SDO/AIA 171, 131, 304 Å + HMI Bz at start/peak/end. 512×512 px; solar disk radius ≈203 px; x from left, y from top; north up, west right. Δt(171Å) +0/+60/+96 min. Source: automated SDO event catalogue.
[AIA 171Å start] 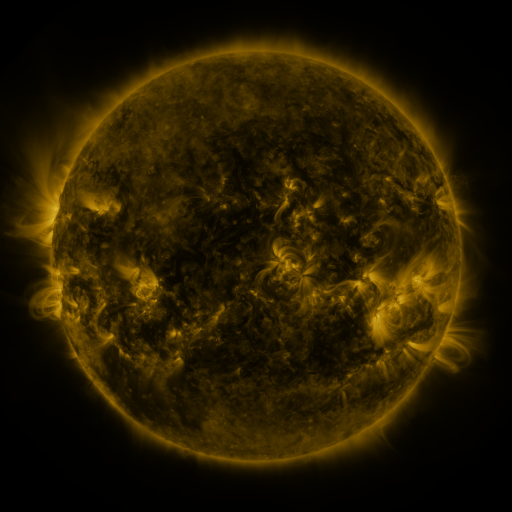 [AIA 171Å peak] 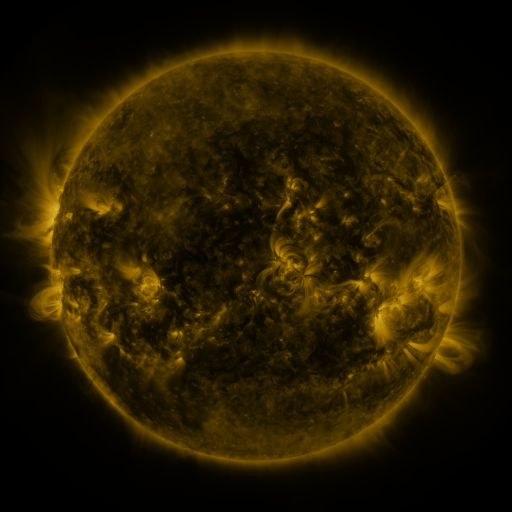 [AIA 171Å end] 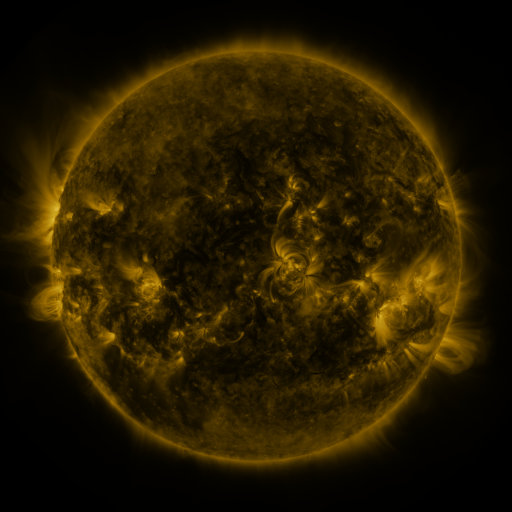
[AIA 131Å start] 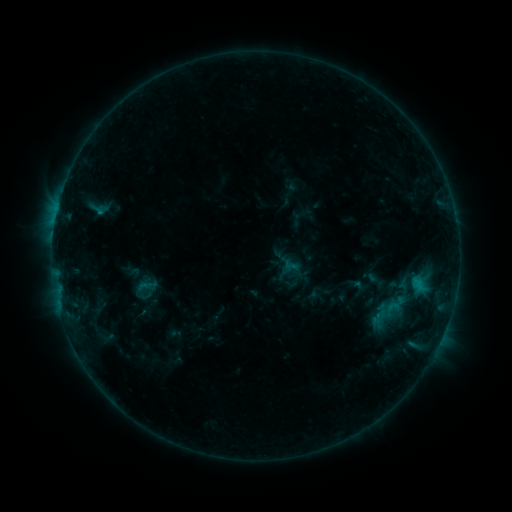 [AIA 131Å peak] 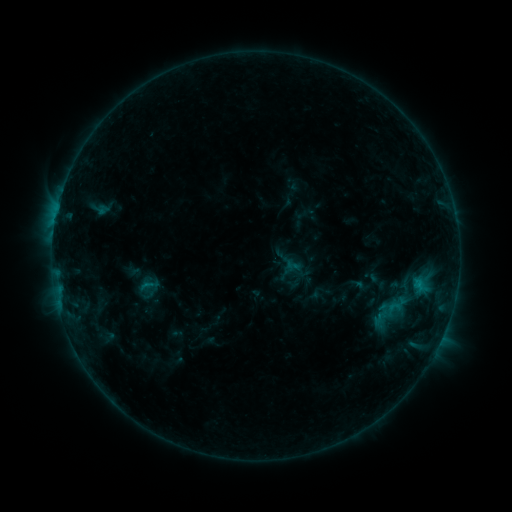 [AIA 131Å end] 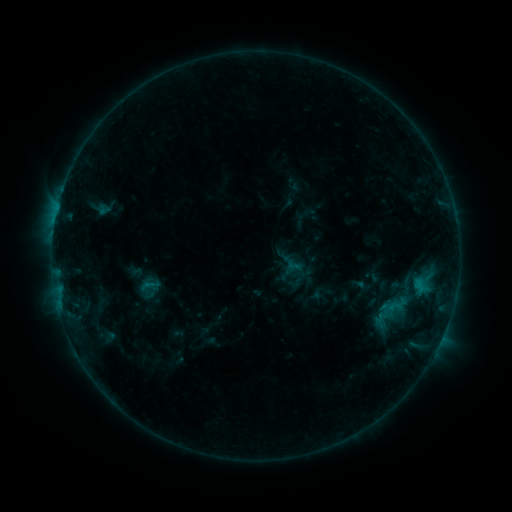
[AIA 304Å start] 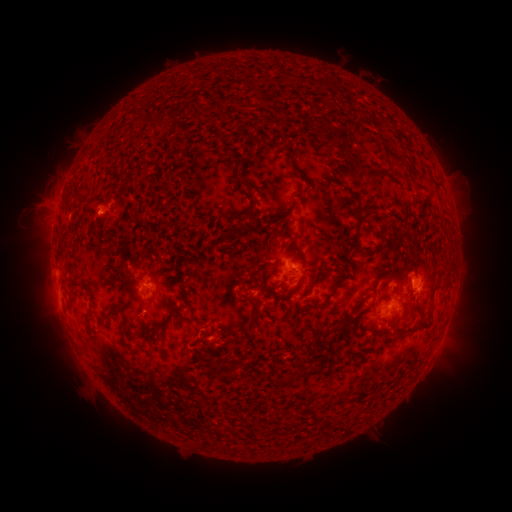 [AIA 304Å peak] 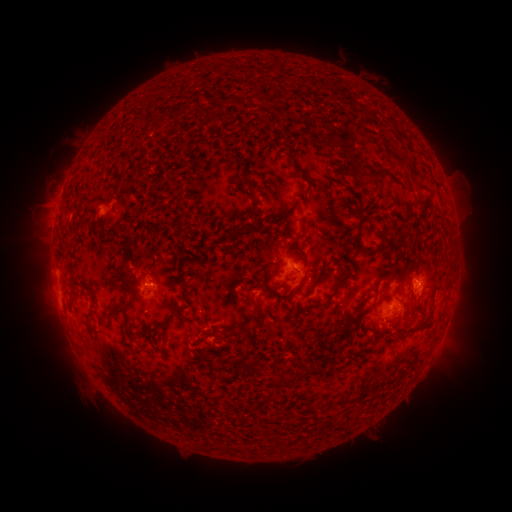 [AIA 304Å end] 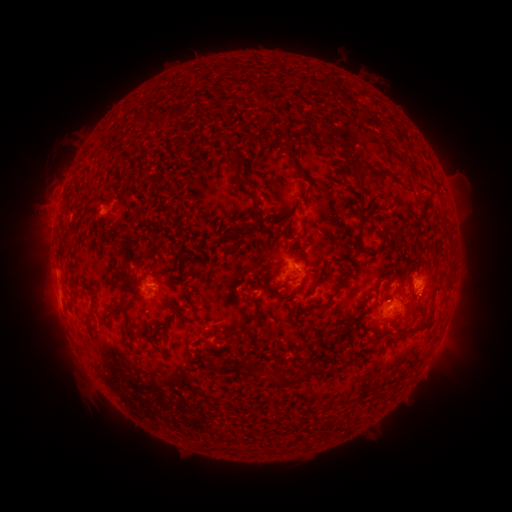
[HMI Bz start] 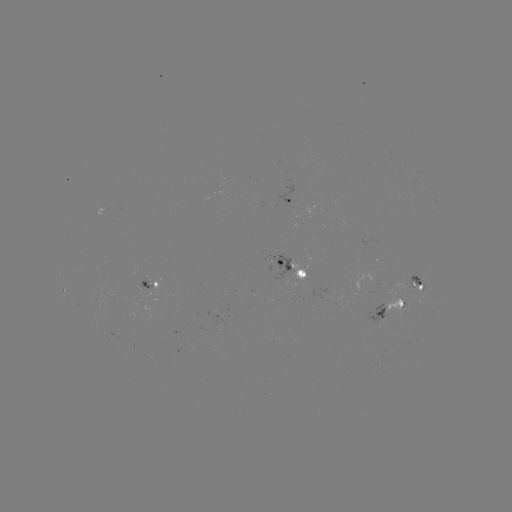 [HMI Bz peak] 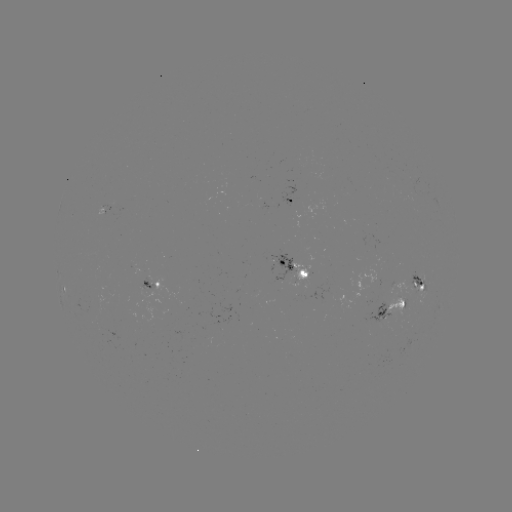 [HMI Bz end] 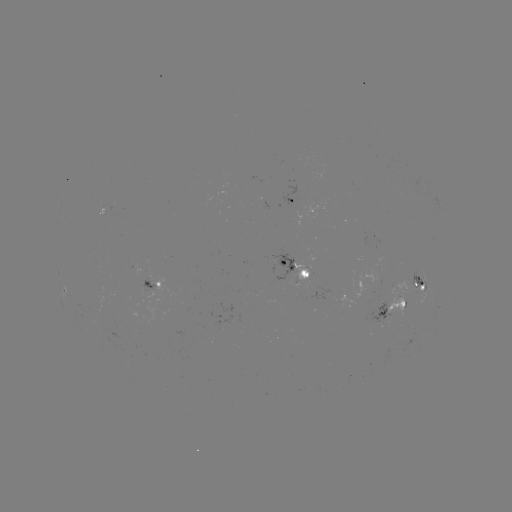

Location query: emerging-flux region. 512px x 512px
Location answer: (171, 323).